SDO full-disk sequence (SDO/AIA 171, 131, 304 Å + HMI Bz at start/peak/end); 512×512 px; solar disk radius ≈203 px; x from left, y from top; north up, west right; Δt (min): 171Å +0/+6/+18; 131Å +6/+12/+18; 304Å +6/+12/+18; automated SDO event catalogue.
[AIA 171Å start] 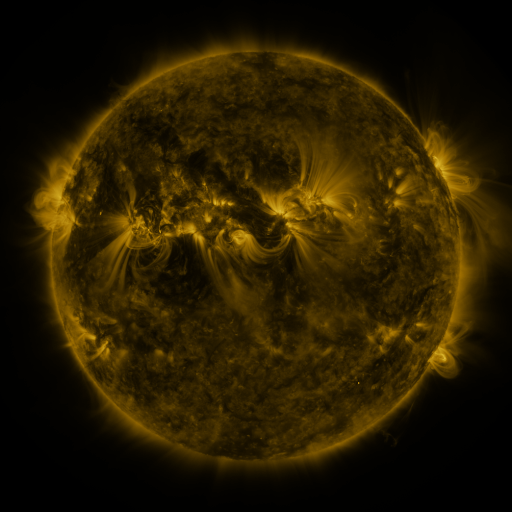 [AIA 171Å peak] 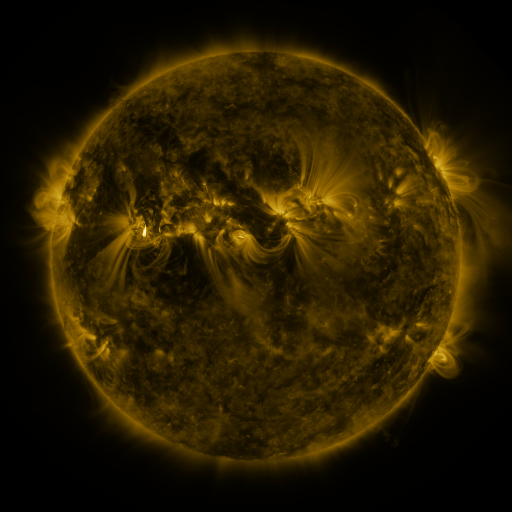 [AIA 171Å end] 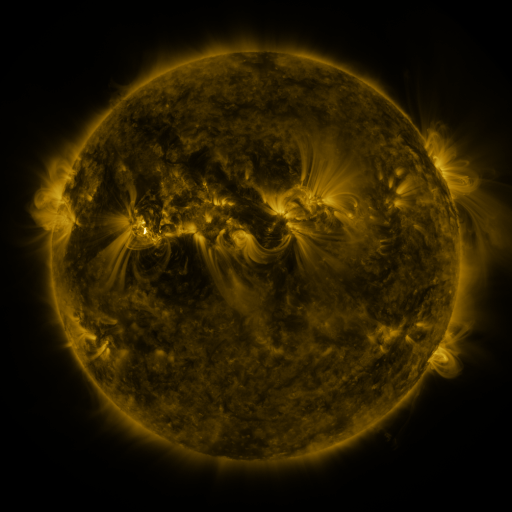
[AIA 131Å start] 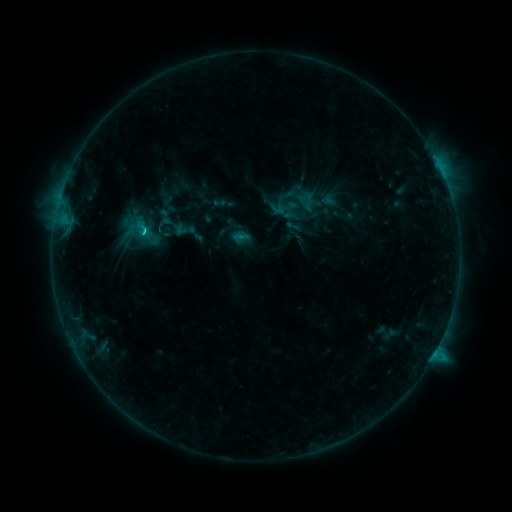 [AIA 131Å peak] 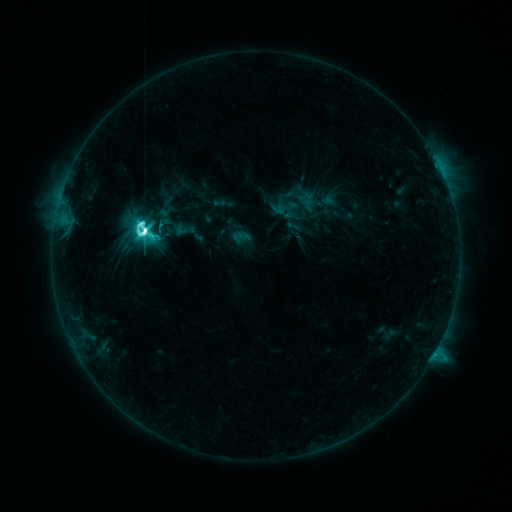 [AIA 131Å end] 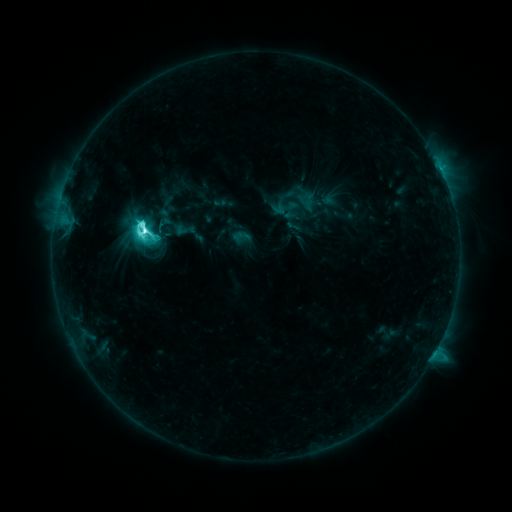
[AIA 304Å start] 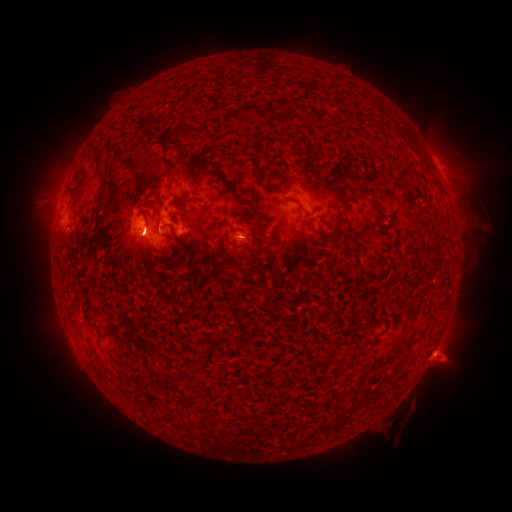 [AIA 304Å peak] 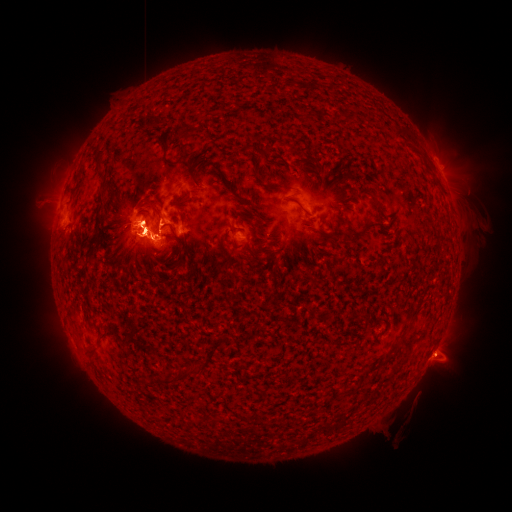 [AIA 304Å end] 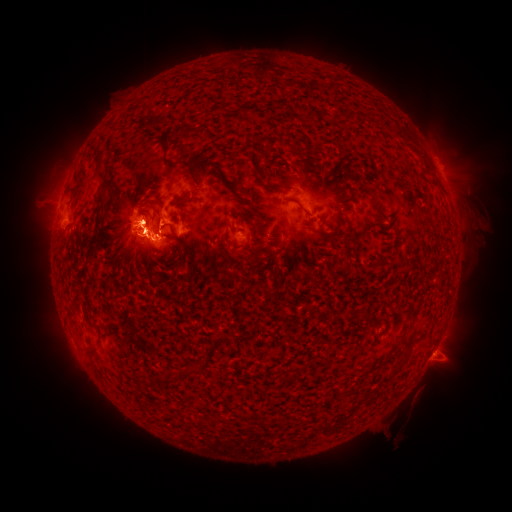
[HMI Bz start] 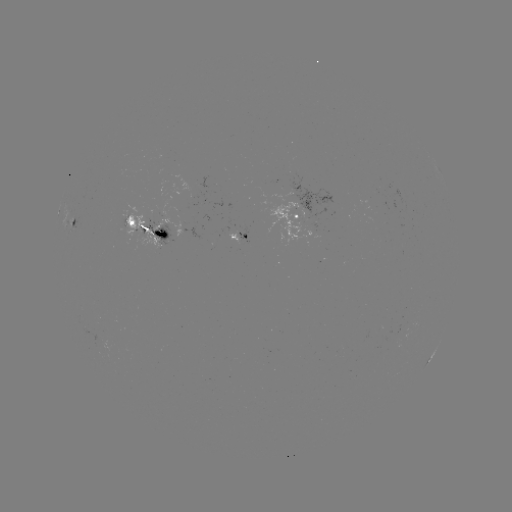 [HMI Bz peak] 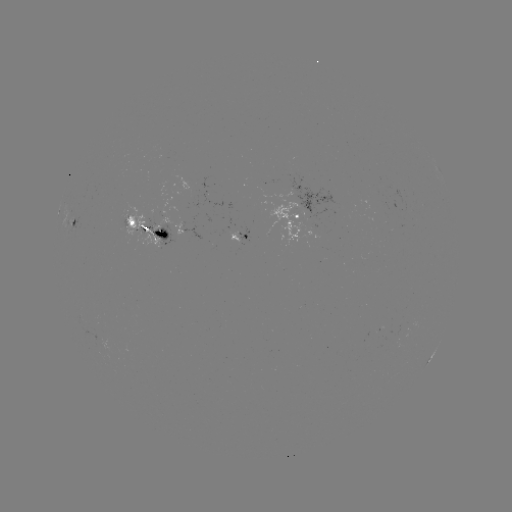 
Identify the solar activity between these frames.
eruption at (147, 234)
